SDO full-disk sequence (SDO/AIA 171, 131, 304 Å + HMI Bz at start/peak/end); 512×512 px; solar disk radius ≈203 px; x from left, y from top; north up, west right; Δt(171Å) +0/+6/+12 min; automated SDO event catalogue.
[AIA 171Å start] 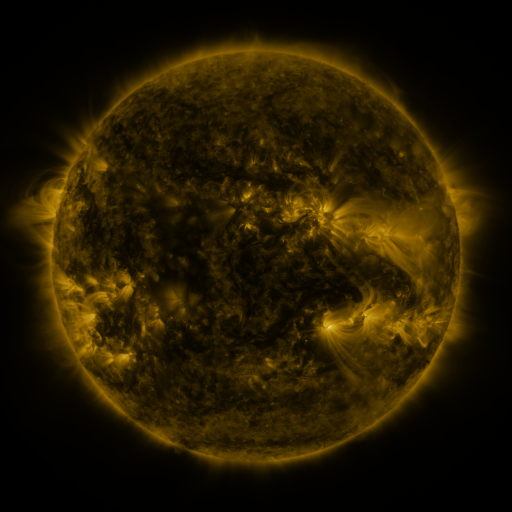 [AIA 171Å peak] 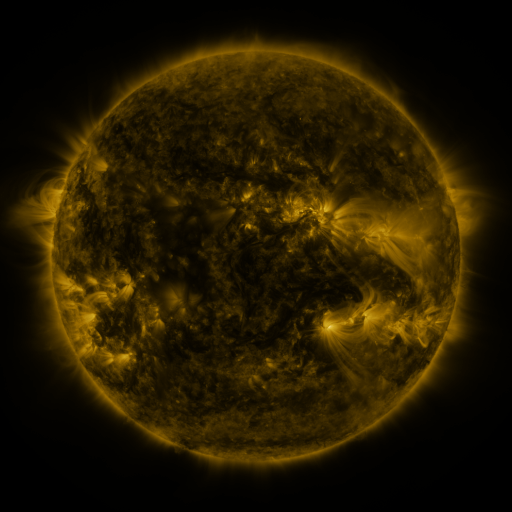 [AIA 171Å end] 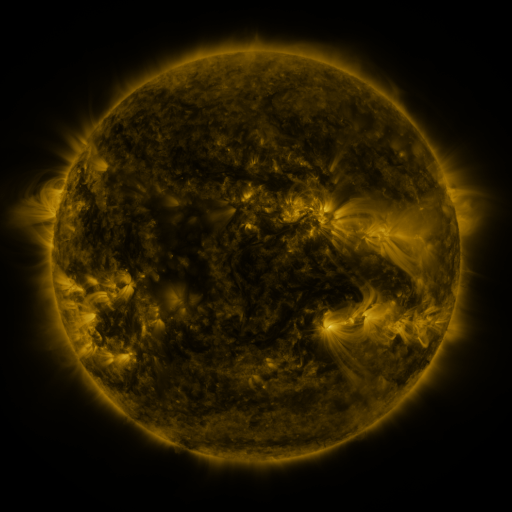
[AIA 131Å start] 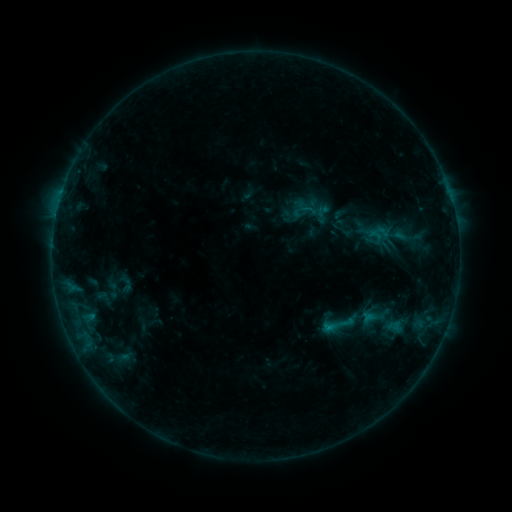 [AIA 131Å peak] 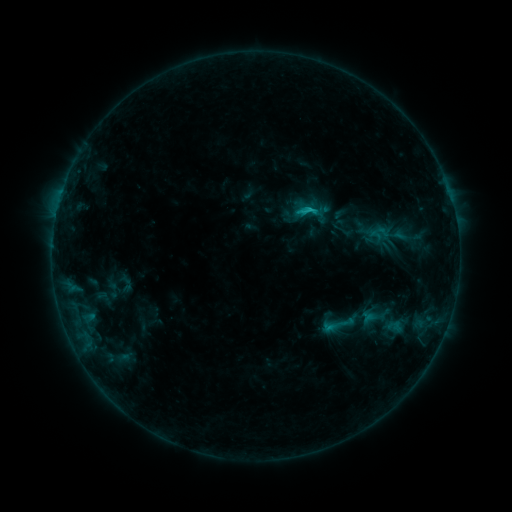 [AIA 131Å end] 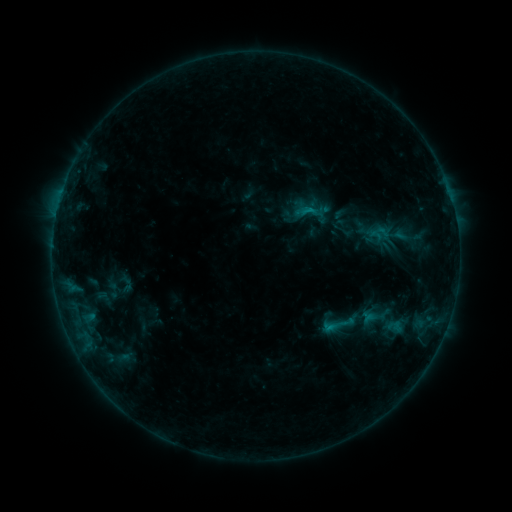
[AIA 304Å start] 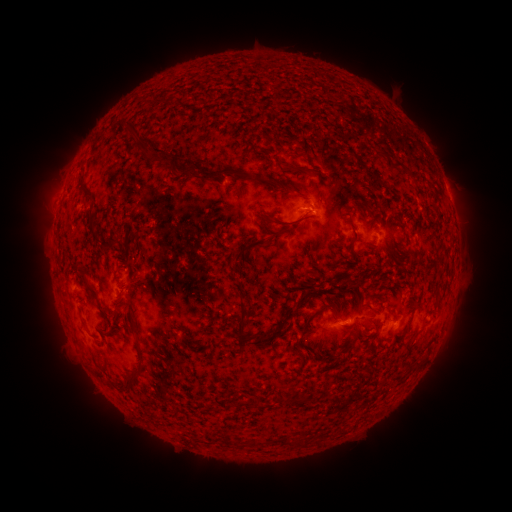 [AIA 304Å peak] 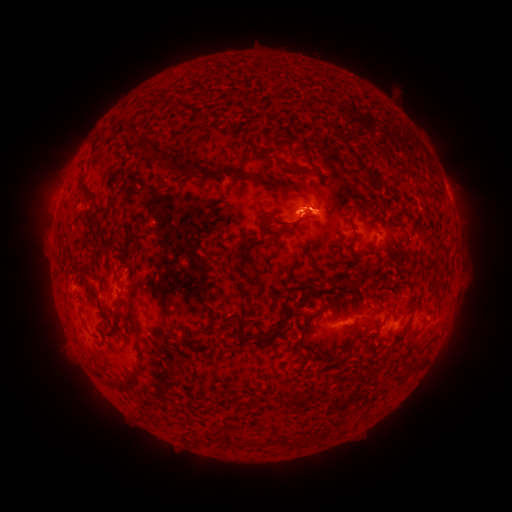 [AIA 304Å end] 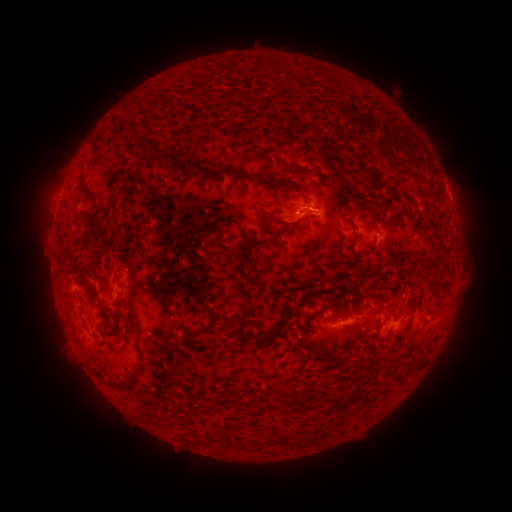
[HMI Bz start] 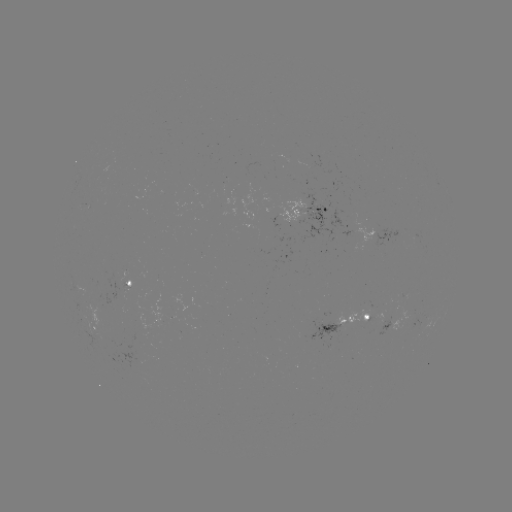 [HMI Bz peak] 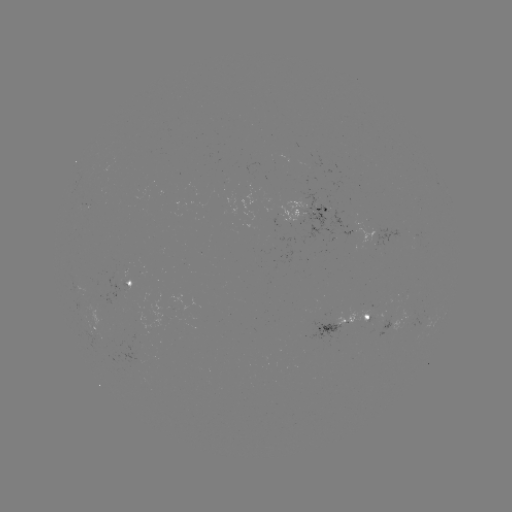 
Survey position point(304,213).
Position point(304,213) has B9.6 flare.